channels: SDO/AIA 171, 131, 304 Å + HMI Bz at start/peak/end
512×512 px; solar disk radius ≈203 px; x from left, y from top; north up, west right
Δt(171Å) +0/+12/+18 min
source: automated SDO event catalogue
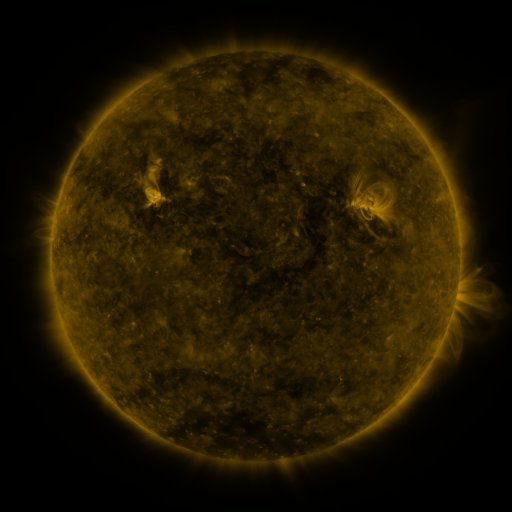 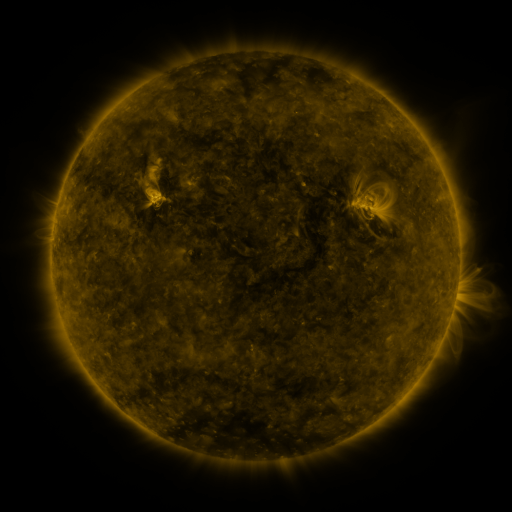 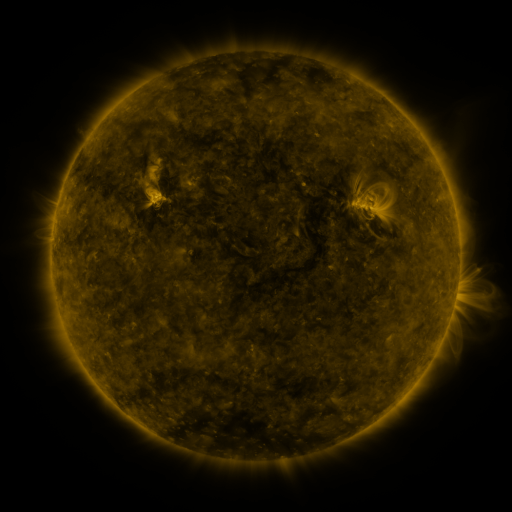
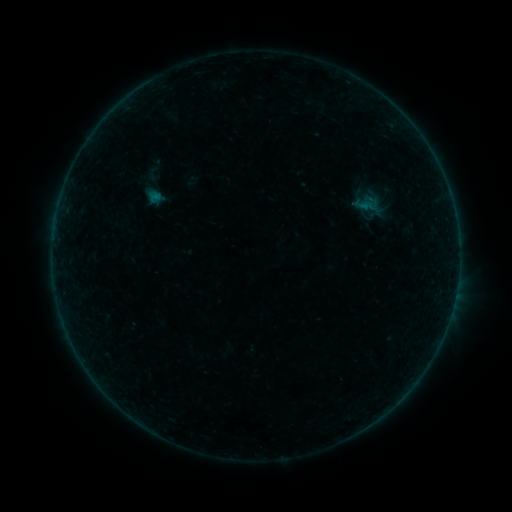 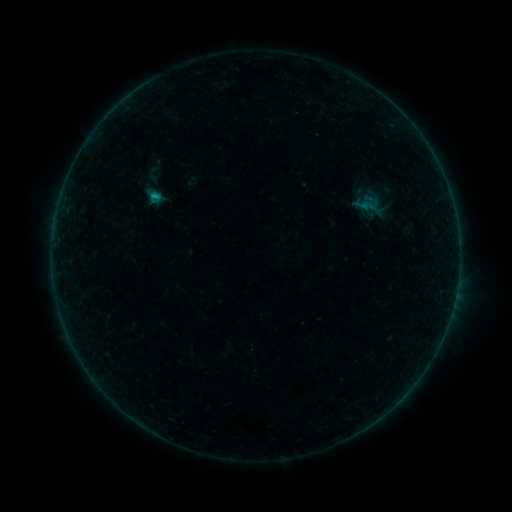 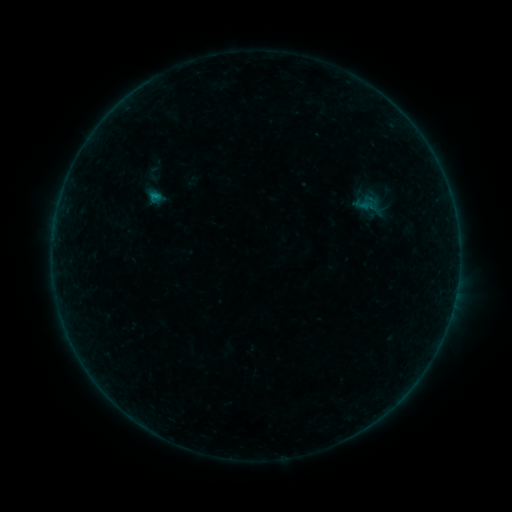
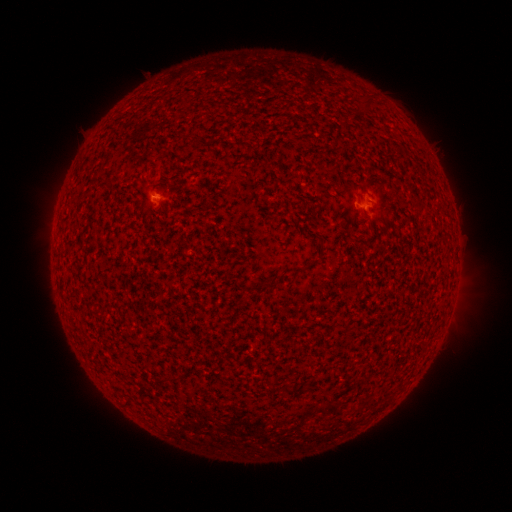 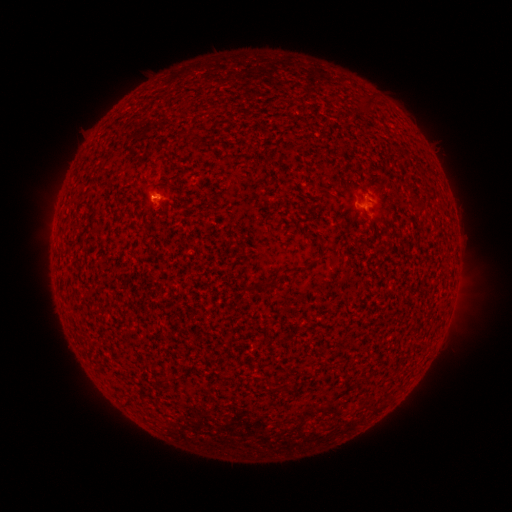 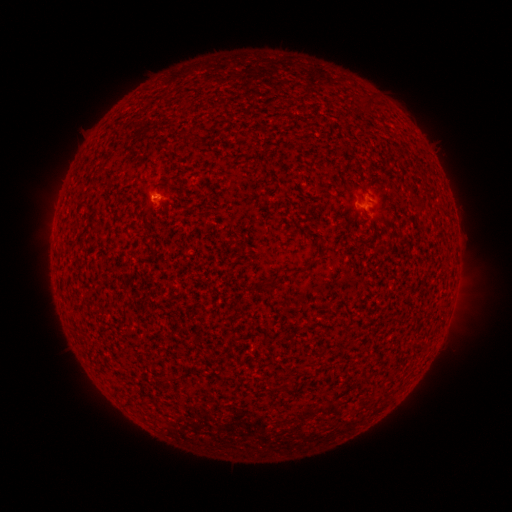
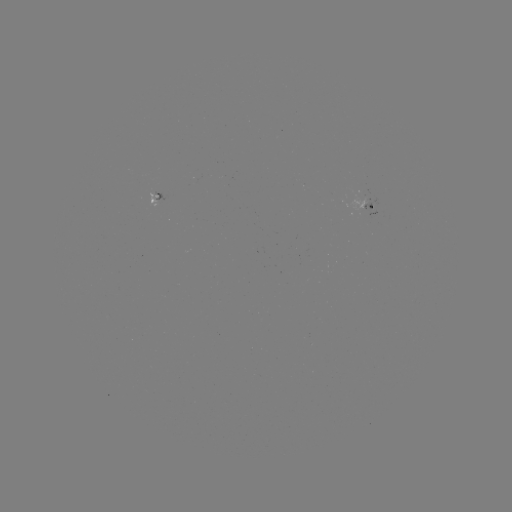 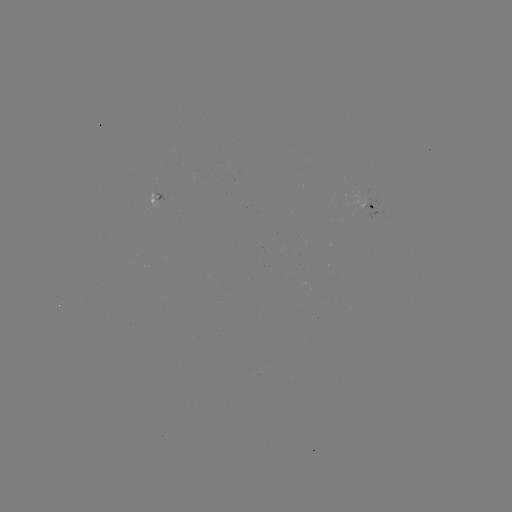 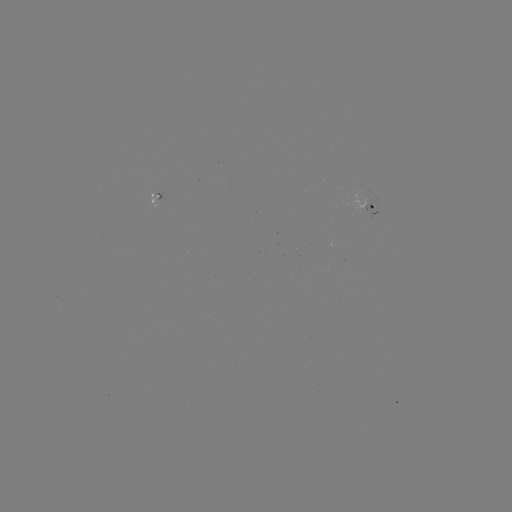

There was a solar flare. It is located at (156, 199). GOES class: B2.8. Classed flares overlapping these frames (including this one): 1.